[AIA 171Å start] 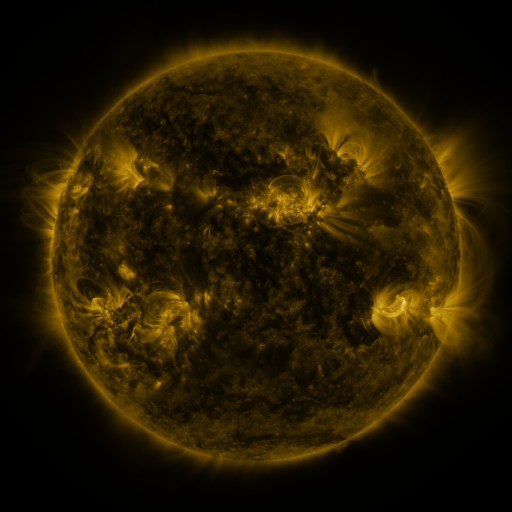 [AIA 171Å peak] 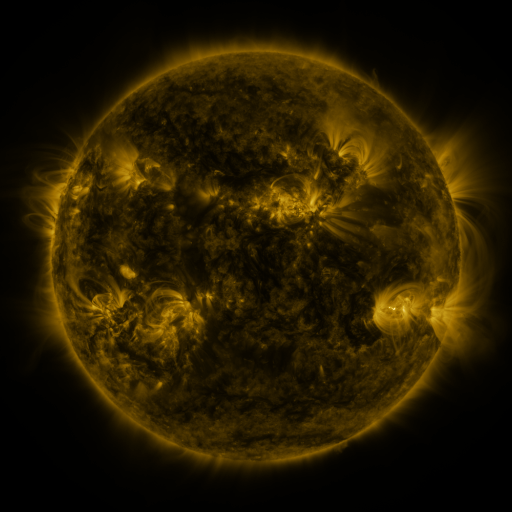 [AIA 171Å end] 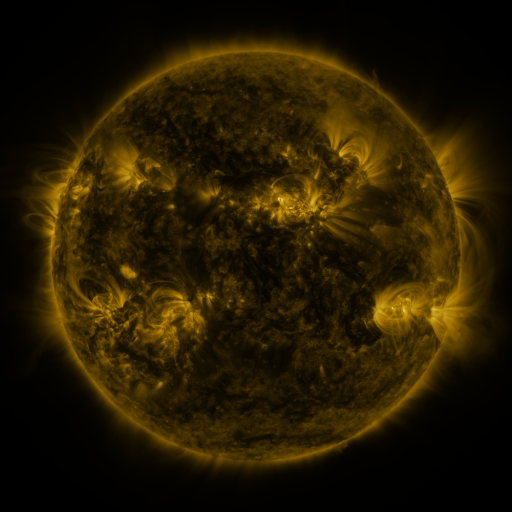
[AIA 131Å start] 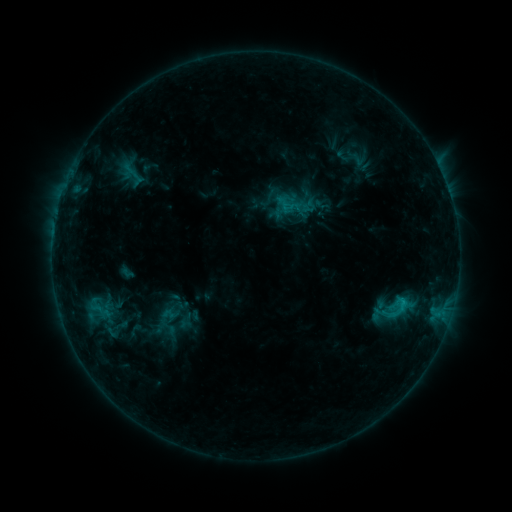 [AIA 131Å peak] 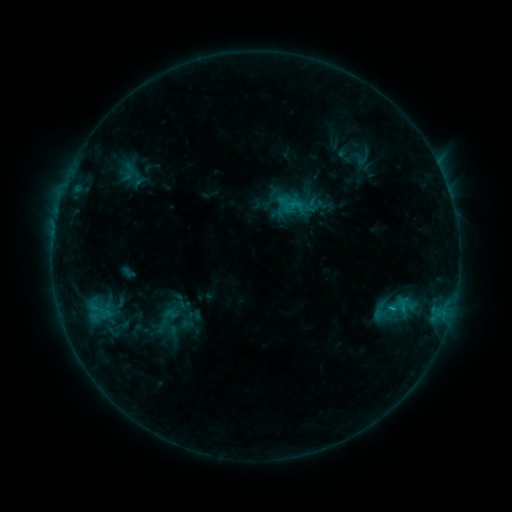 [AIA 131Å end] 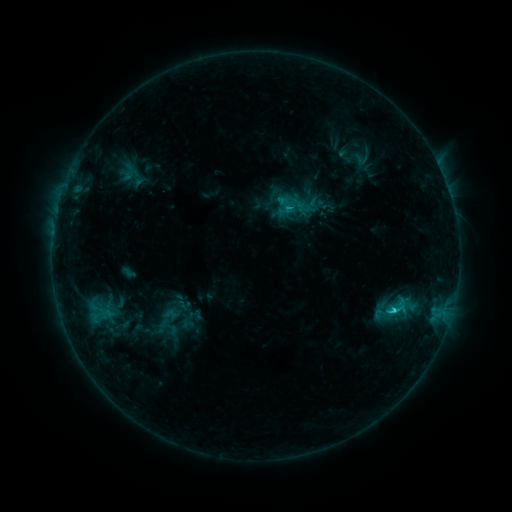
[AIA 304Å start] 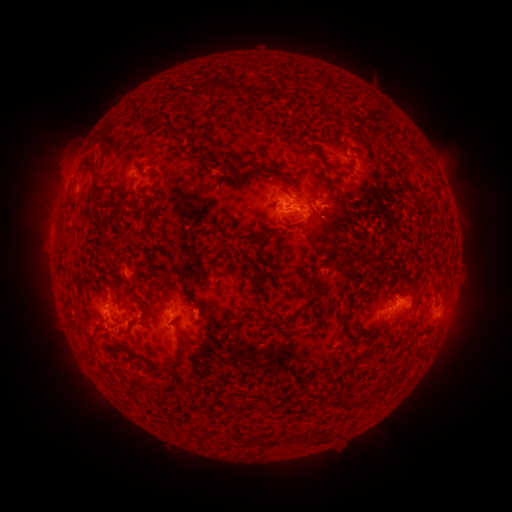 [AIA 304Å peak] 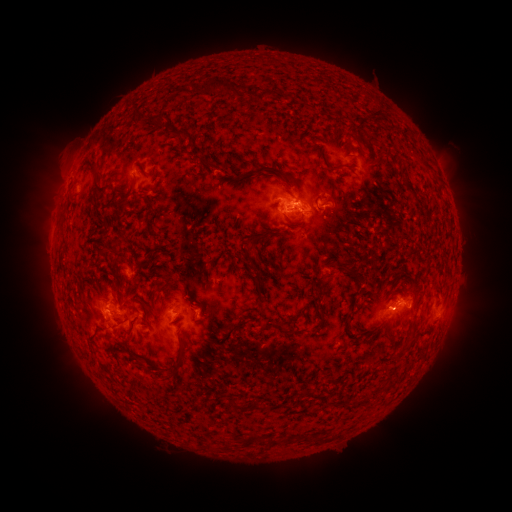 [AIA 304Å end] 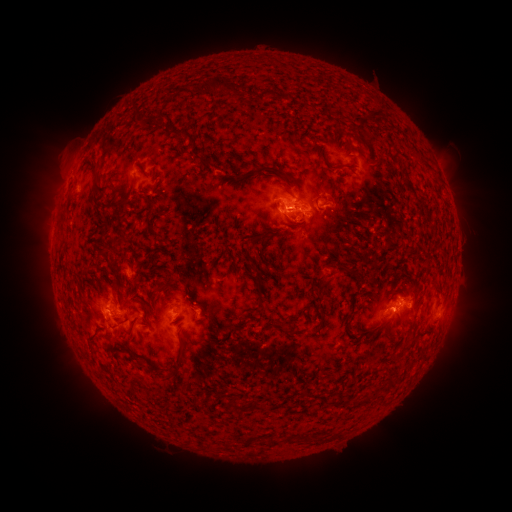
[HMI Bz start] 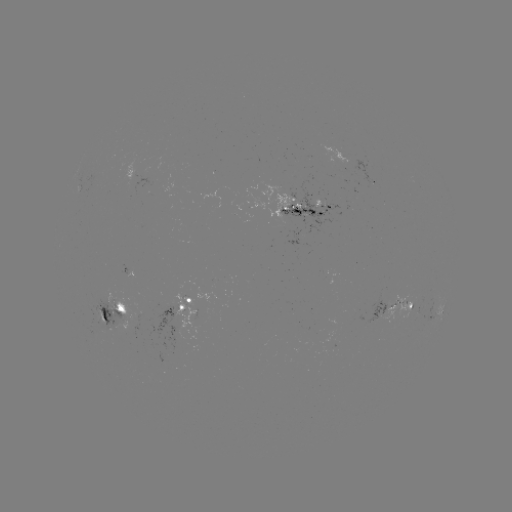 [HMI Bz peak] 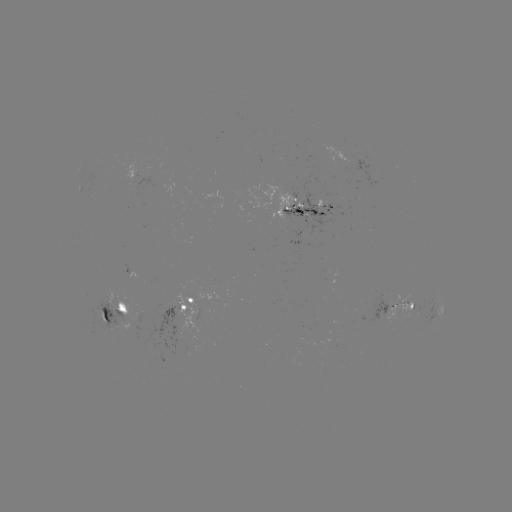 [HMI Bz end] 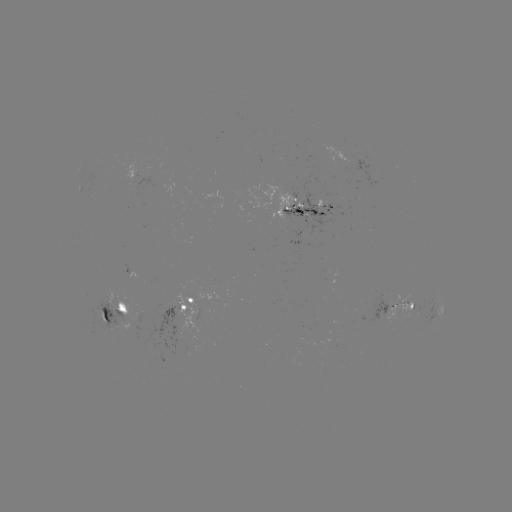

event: emerging-flux region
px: (405, 305)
